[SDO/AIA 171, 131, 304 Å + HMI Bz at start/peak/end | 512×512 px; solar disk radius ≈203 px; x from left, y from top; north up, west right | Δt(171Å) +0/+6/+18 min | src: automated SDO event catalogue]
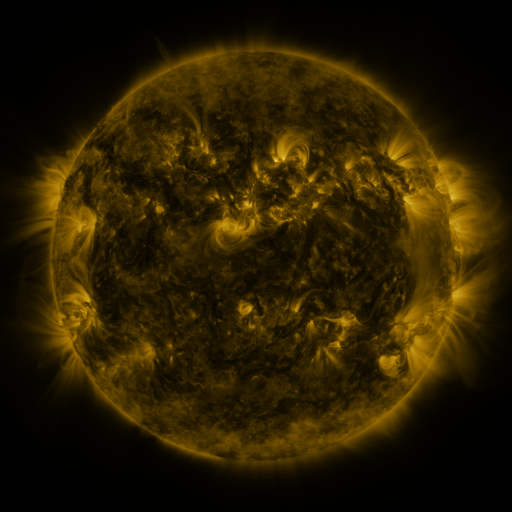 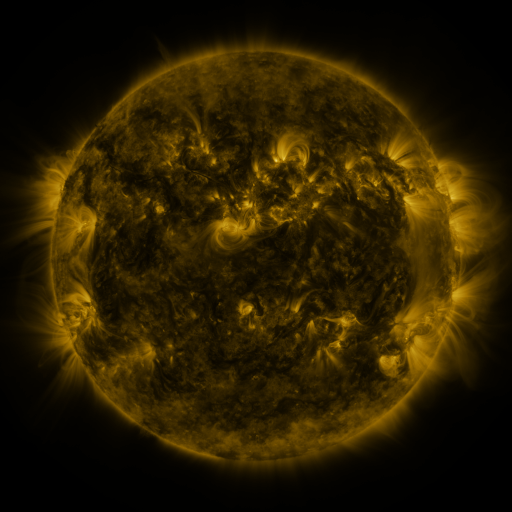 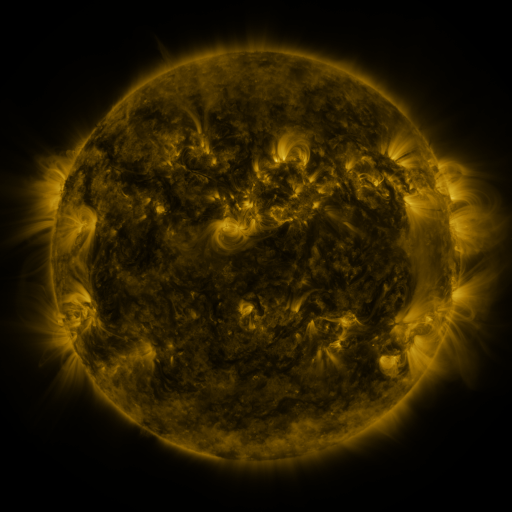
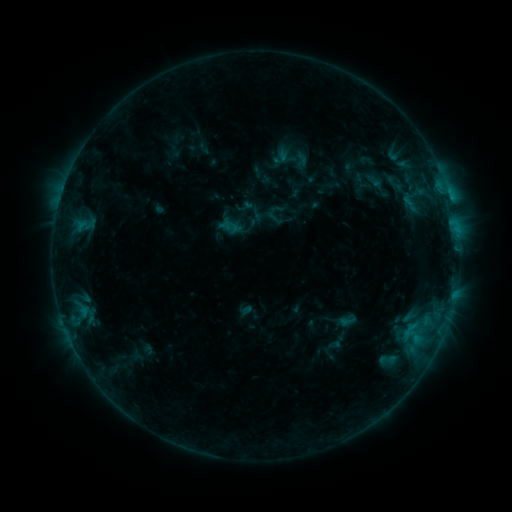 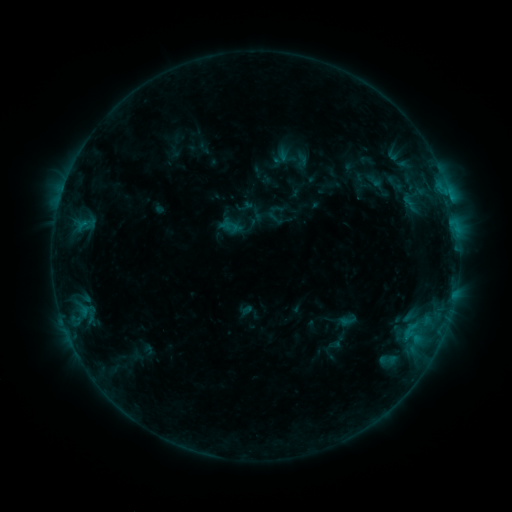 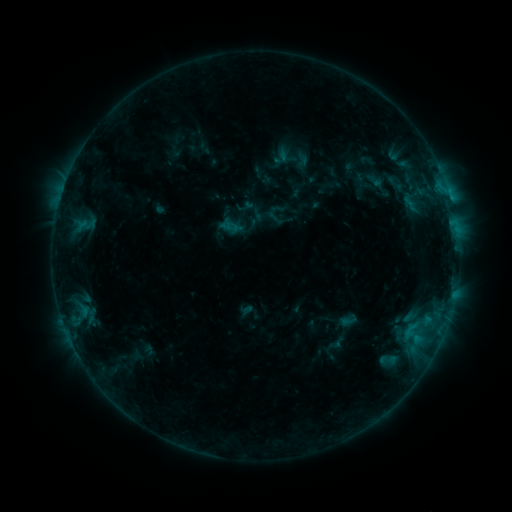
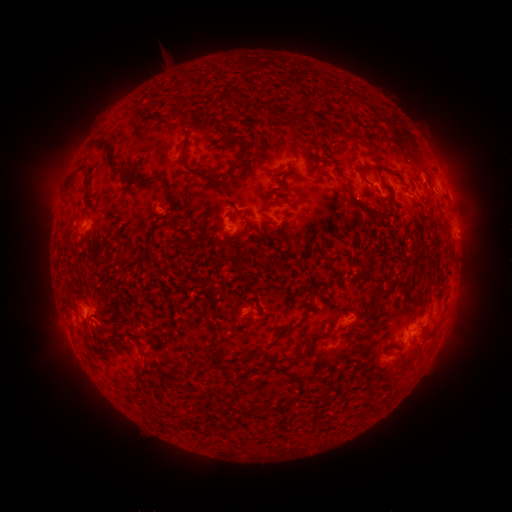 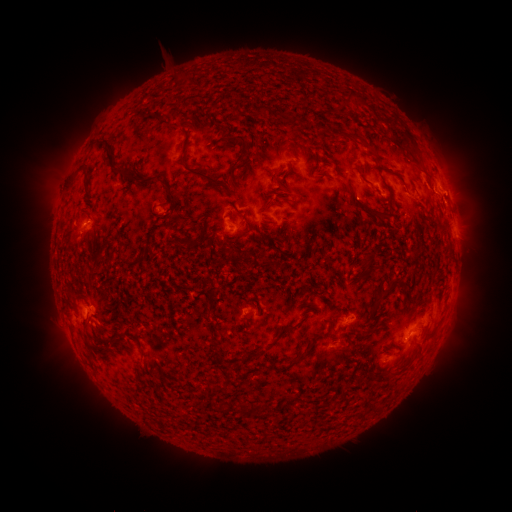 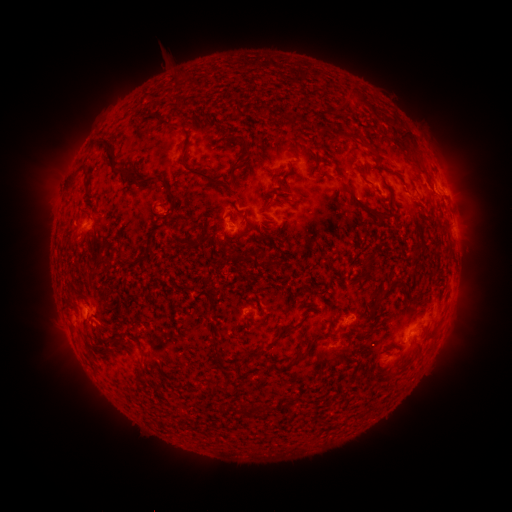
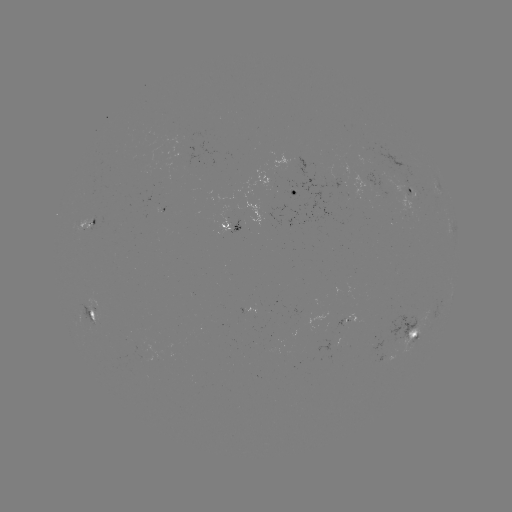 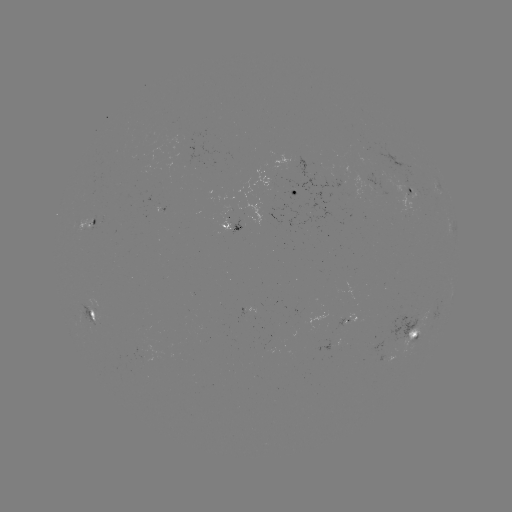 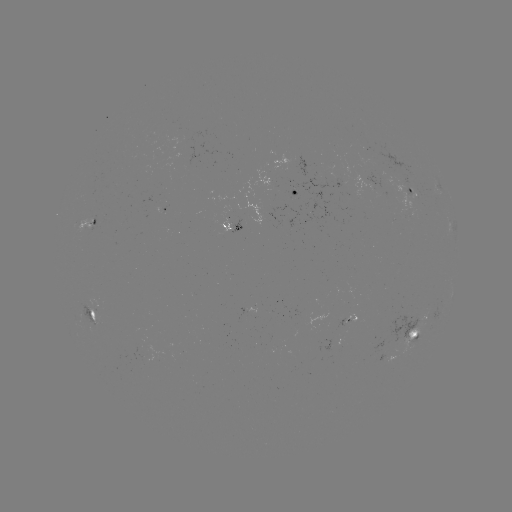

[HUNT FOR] B6.5 flare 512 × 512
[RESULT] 445,193